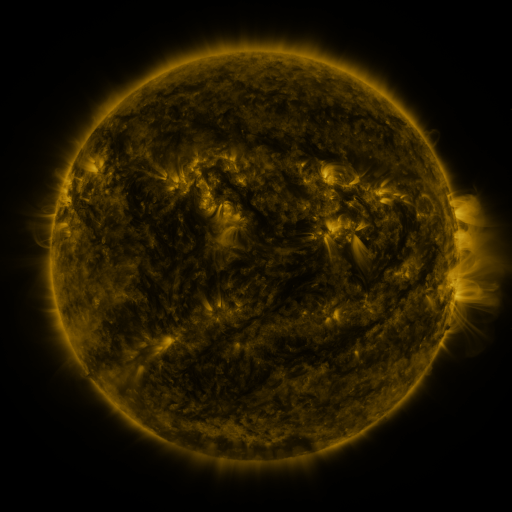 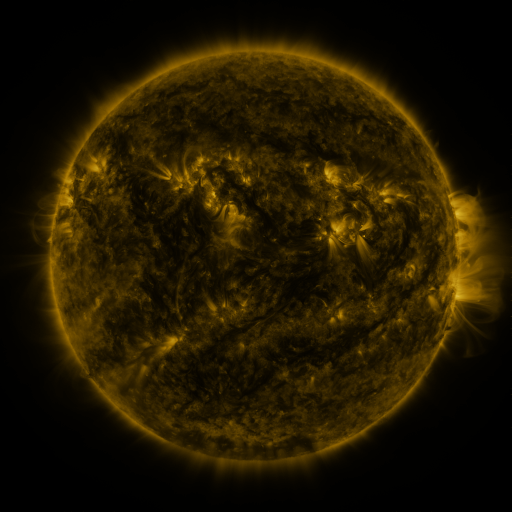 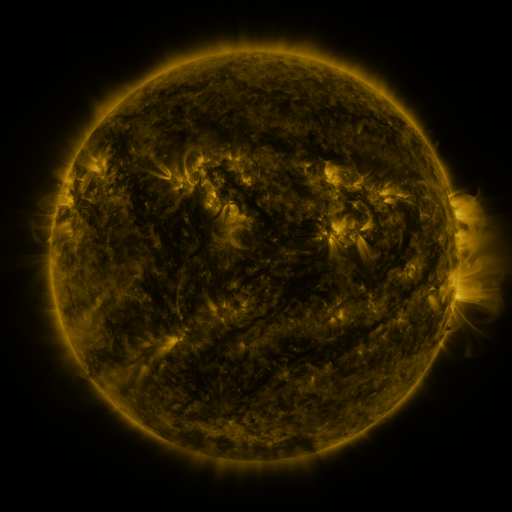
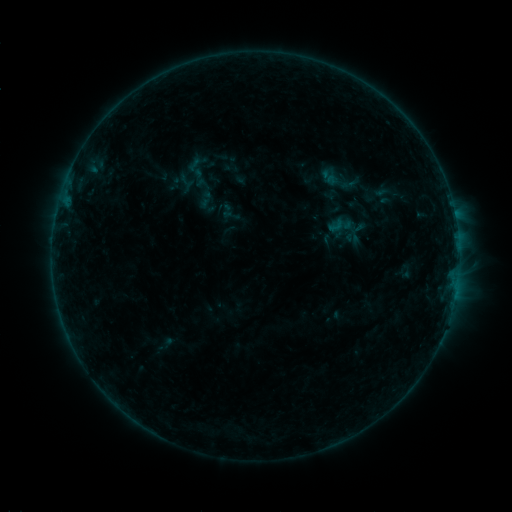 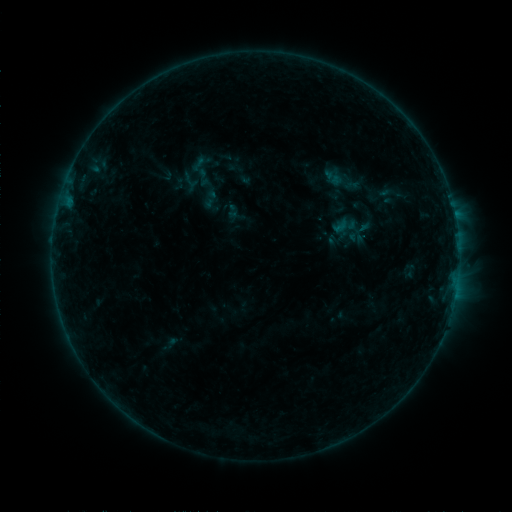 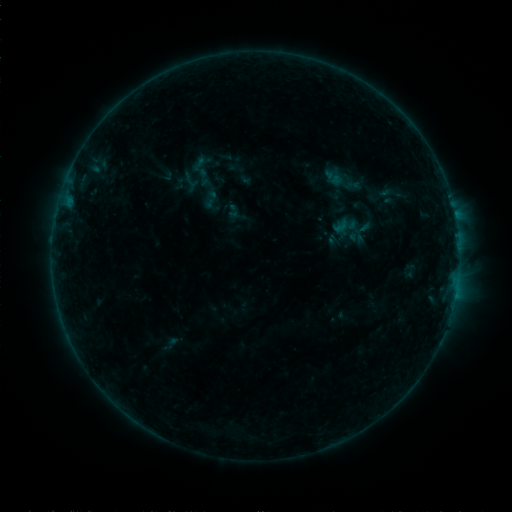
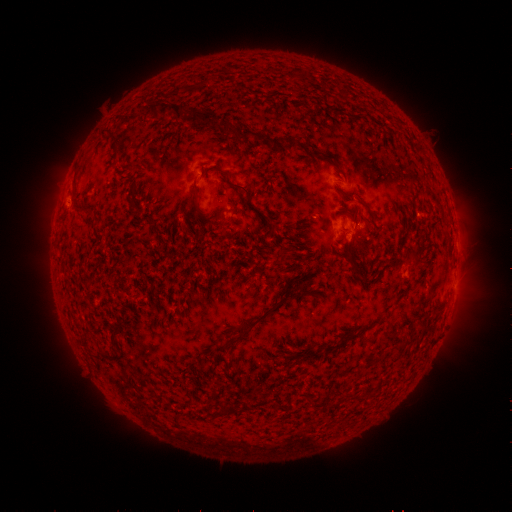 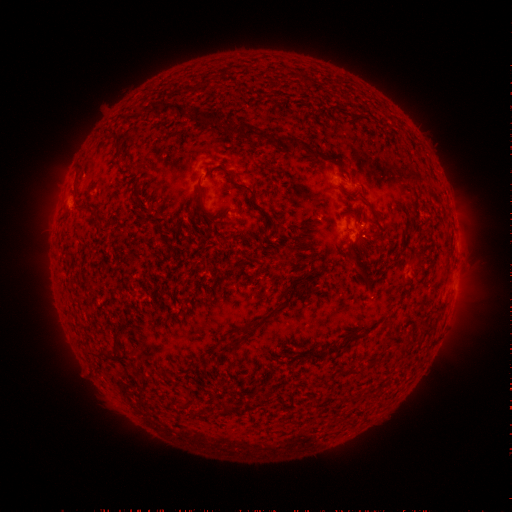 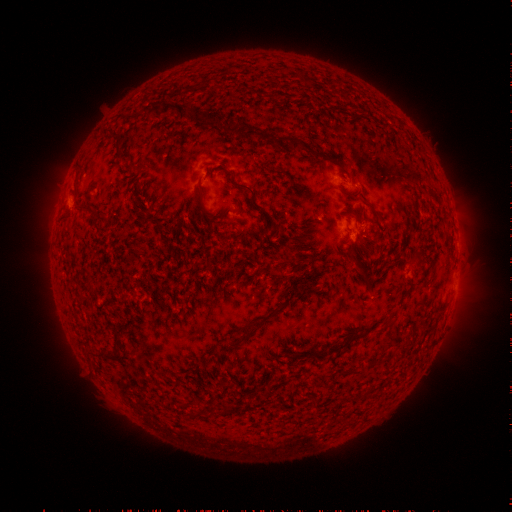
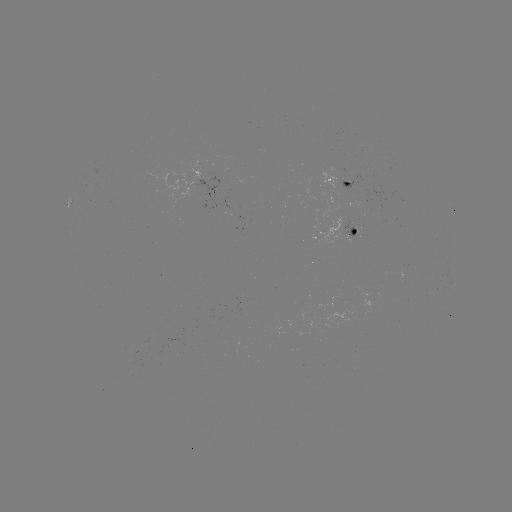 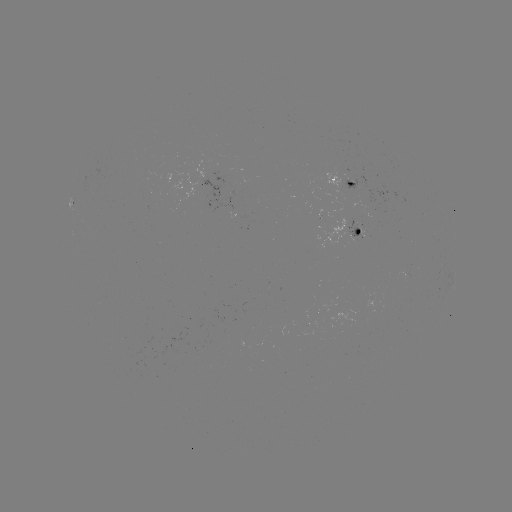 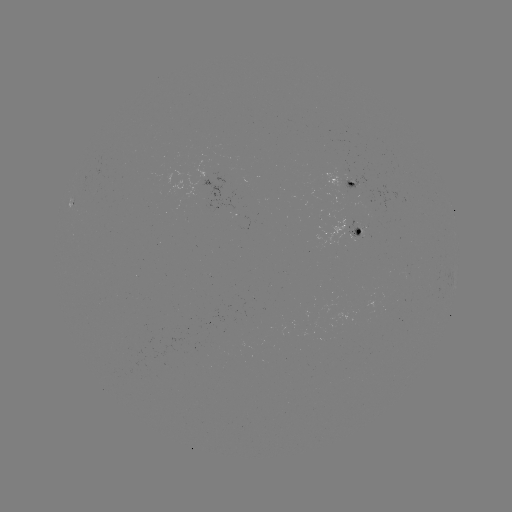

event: emerging-flux region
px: (202, 188)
